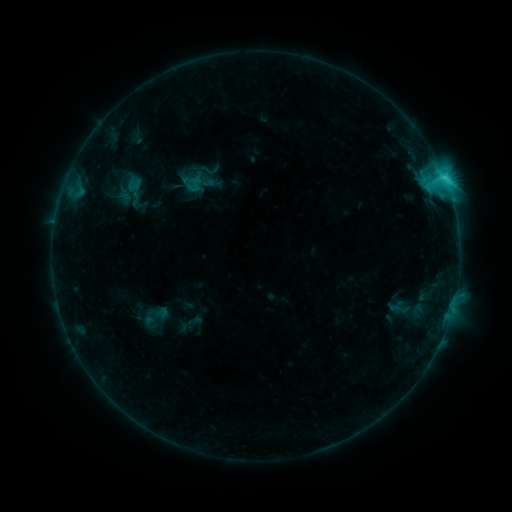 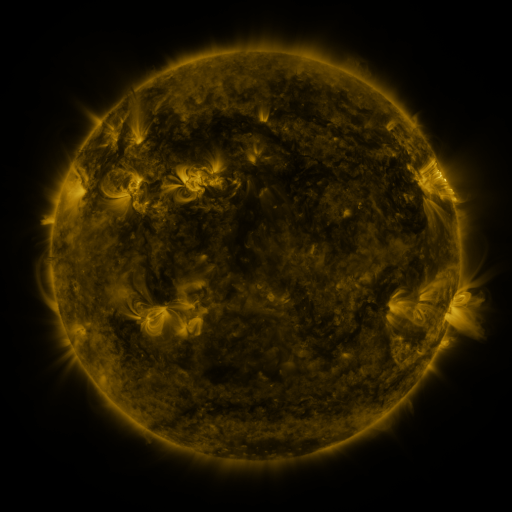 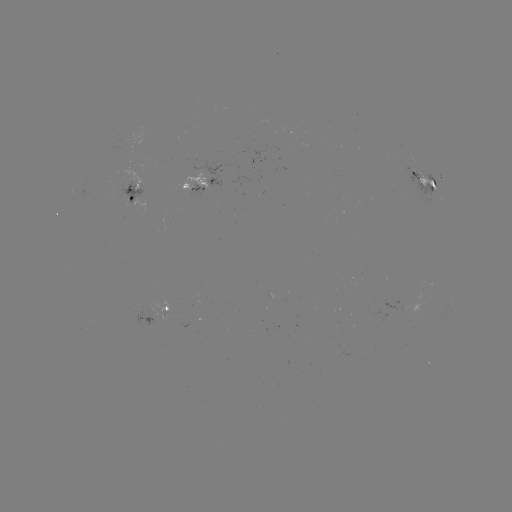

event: sigmoid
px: (192, 183)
